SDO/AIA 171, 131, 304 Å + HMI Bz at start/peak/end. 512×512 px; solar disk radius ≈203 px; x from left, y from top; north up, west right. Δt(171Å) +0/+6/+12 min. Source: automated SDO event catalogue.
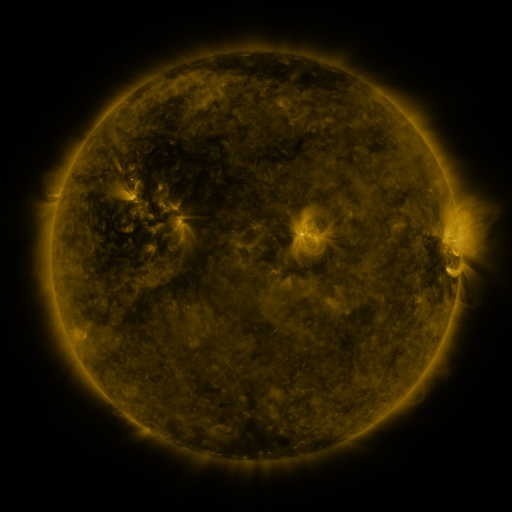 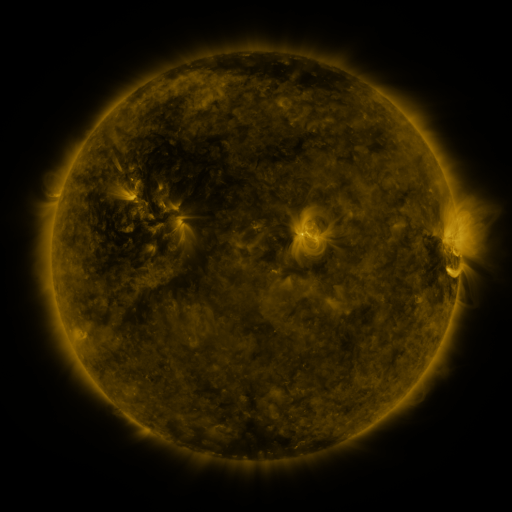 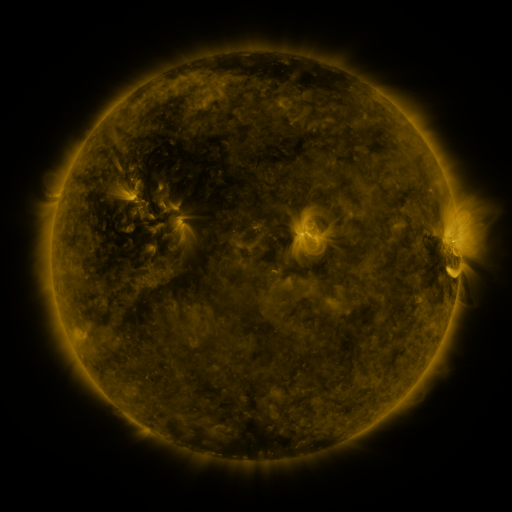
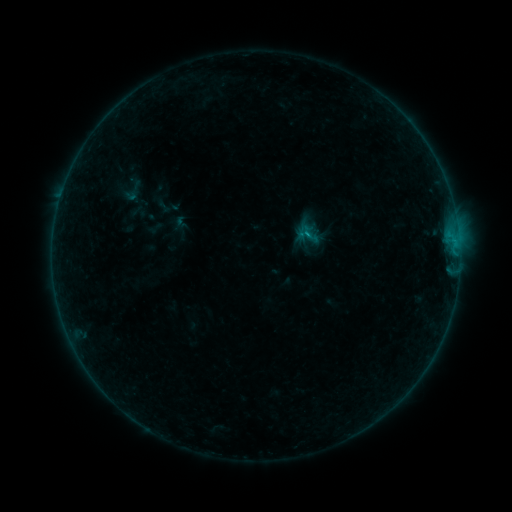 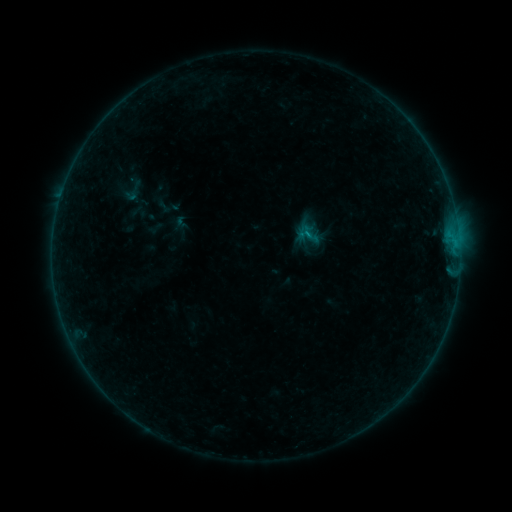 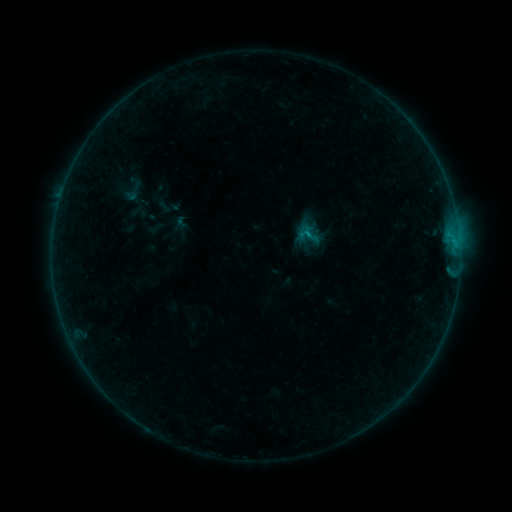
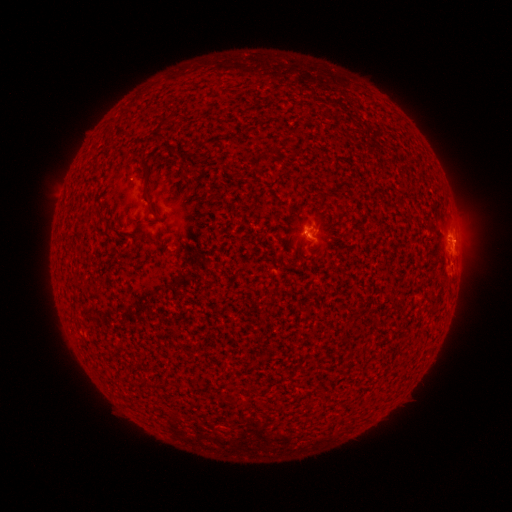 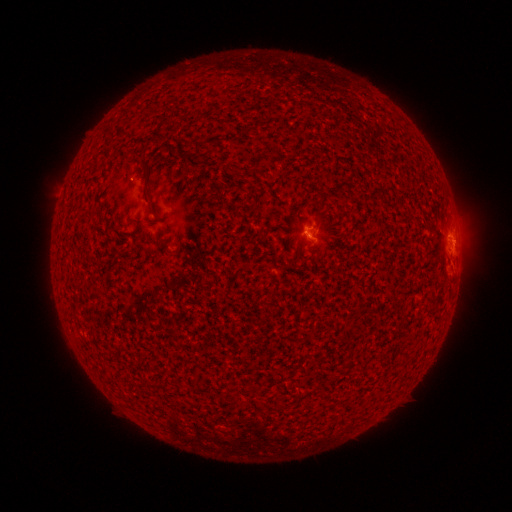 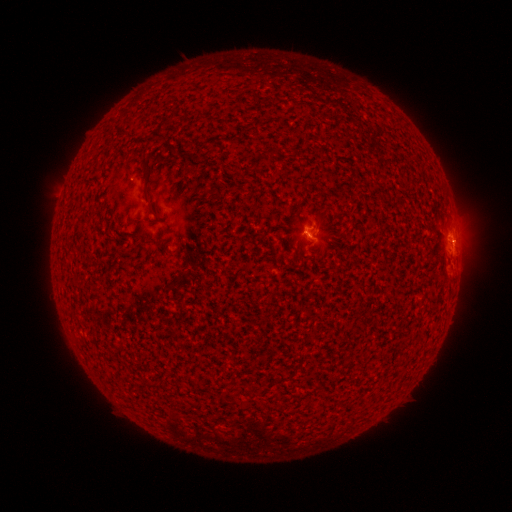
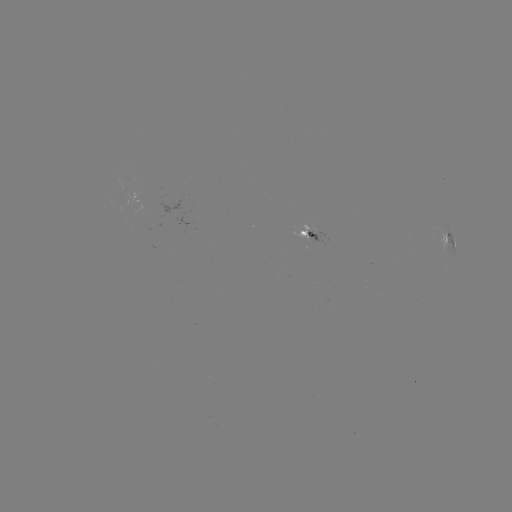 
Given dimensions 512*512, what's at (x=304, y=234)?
B4.7 flare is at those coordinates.